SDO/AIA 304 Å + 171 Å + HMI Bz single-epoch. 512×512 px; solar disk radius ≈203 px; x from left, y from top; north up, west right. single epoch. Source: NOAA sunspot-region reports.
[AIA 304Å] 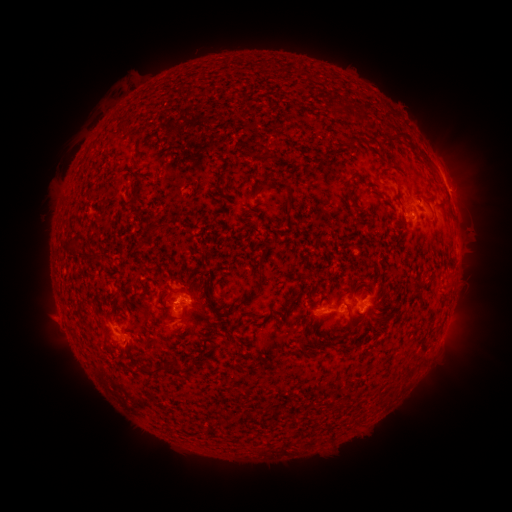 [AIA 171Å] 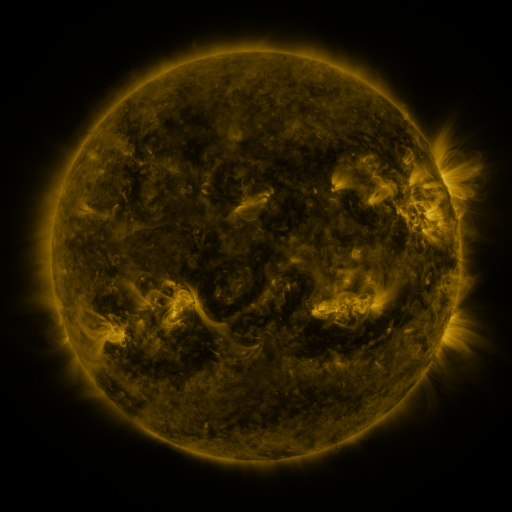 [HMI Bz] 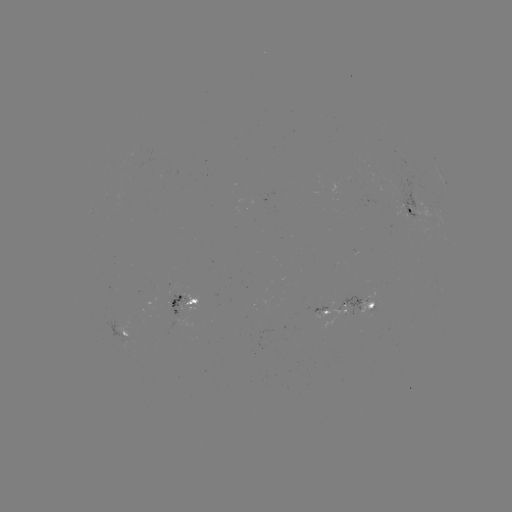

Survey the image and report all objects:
spotted active region: (445, 184)
spotted active region: (416, 212)
spotted active region: (189, 301)
spotted active region: (361, 303)
spotted active region: (333, 311)
spotted active region: (129, 335)
